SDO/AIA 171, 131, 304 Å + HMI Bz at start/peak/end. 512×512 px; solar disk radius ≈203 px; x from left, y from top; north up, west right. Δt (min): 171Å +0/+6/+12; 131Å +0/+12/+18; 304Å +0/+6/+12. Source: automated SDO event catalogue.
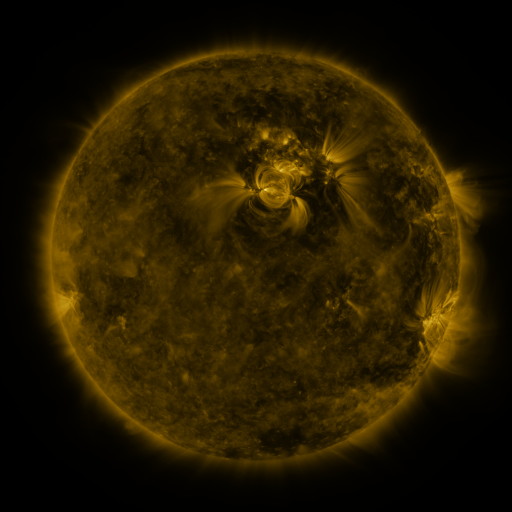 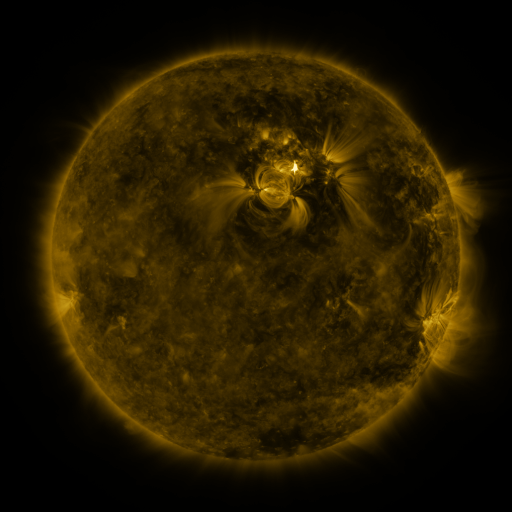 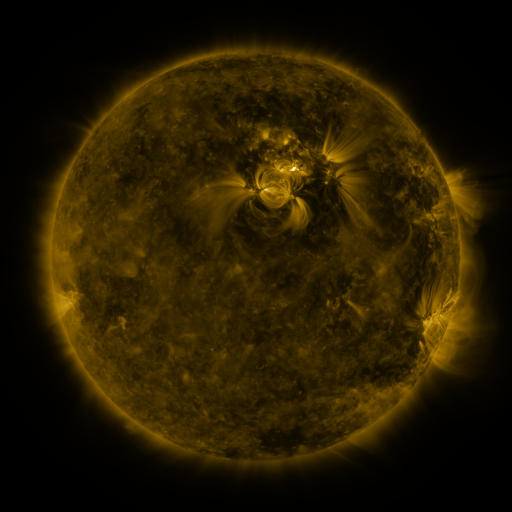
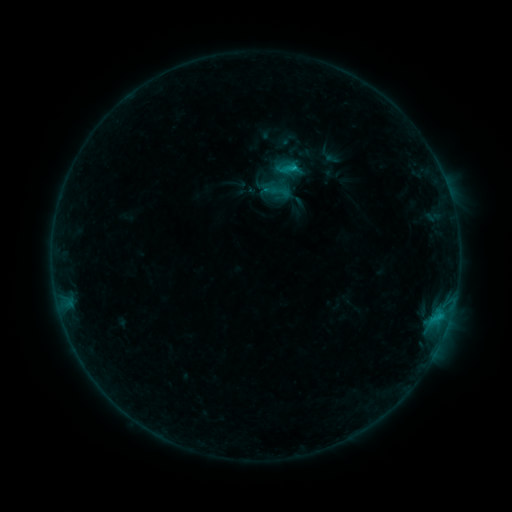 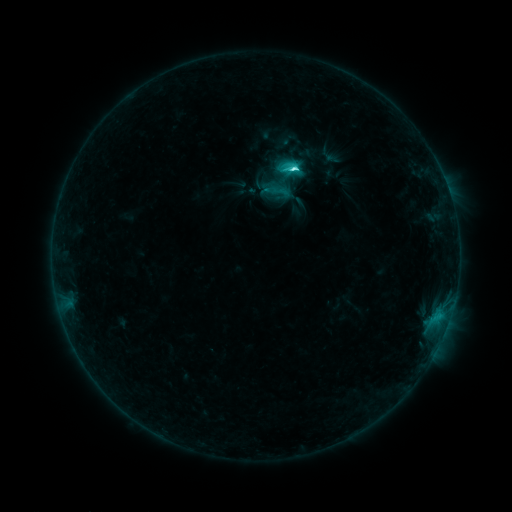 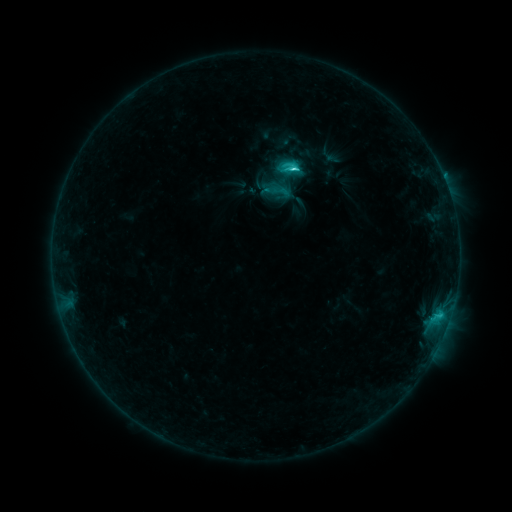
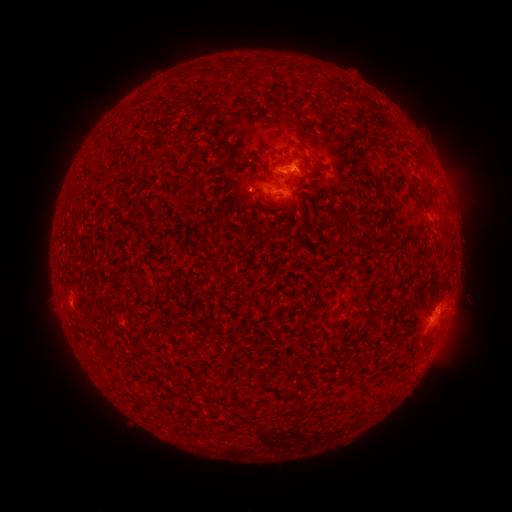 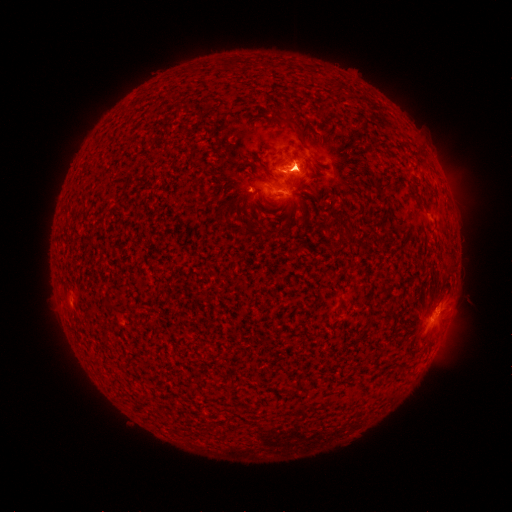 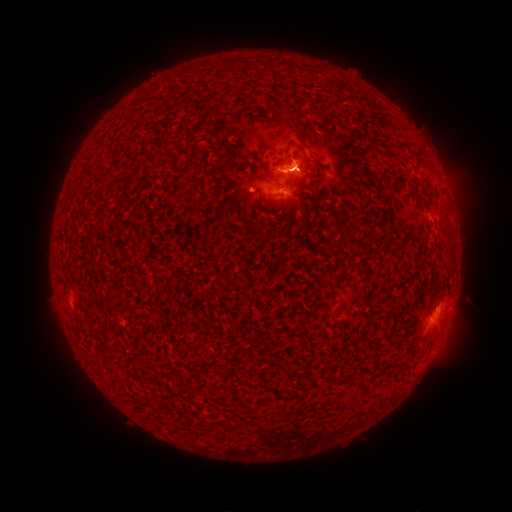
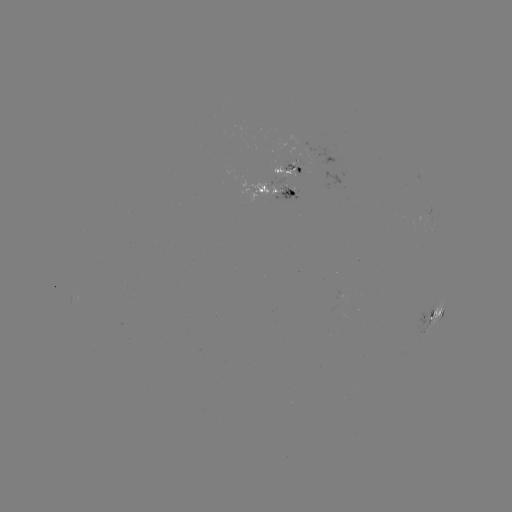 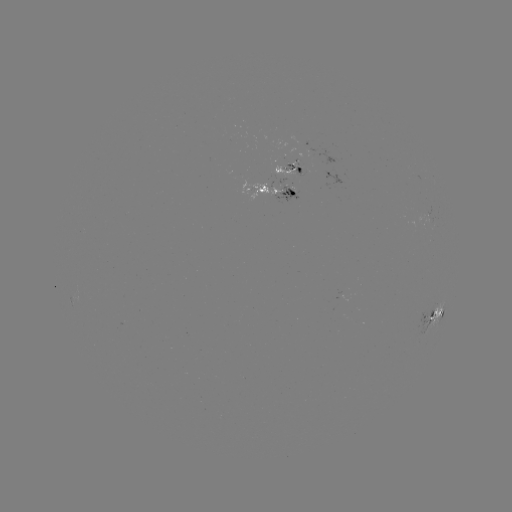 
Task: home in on eruption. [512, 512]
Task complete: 73,344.